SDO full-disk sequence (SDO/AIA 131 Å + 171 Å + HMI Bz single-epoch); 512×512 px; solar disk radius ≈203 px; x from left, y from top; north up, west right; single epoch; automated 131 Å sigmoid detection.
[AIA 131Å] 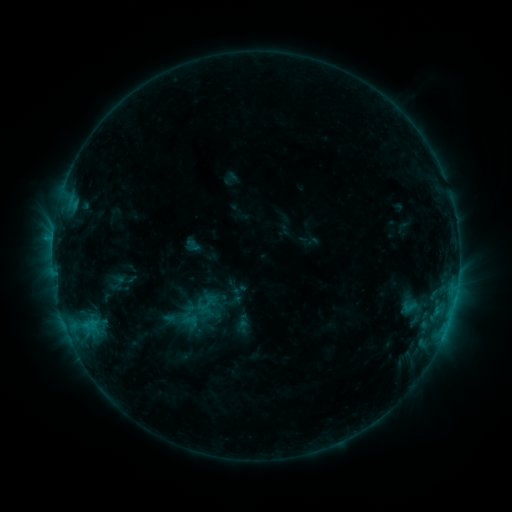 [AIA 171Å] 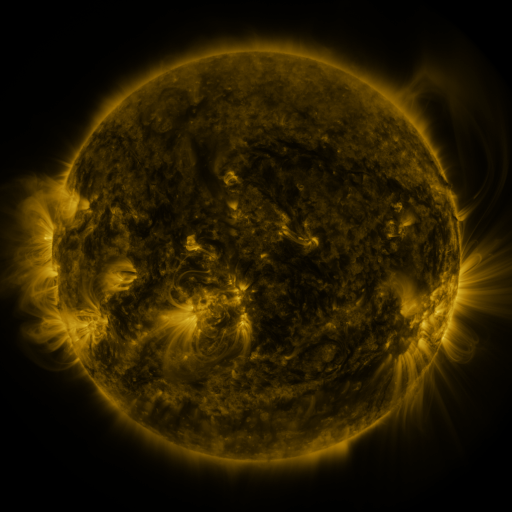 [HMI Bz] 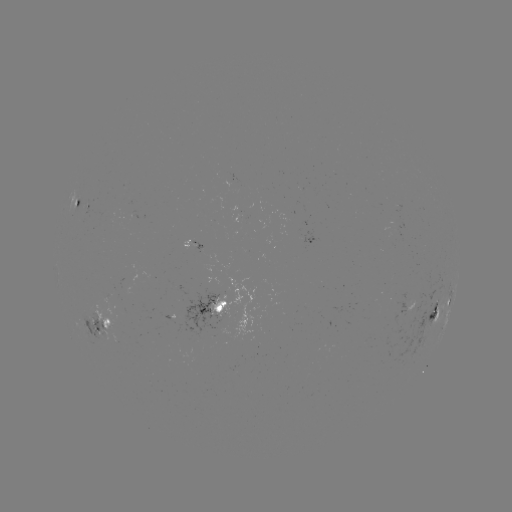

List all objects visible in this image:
sigmoid: <bbox>196, 295, 217, 314</bbox>
sigmoid: <bbox>401, 299, 416, 314</bbox>
